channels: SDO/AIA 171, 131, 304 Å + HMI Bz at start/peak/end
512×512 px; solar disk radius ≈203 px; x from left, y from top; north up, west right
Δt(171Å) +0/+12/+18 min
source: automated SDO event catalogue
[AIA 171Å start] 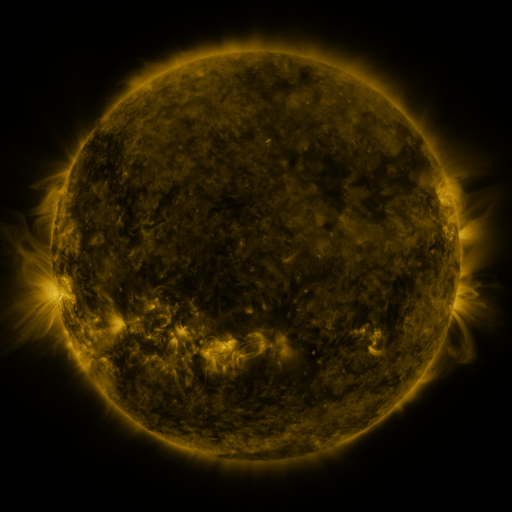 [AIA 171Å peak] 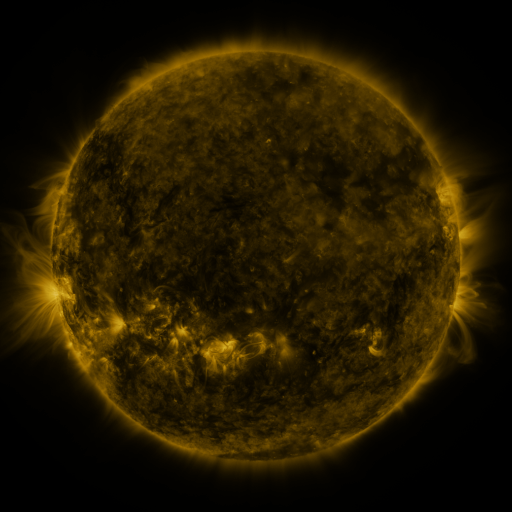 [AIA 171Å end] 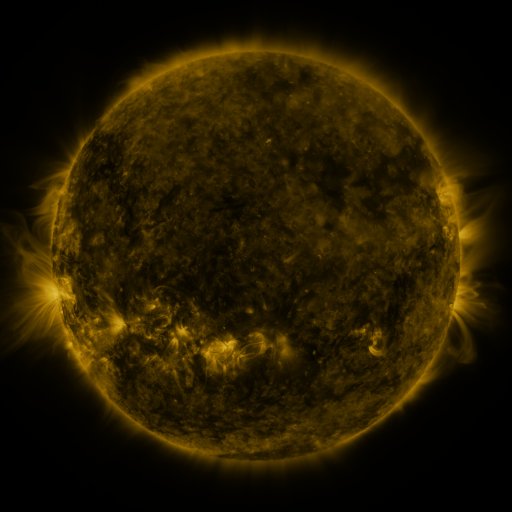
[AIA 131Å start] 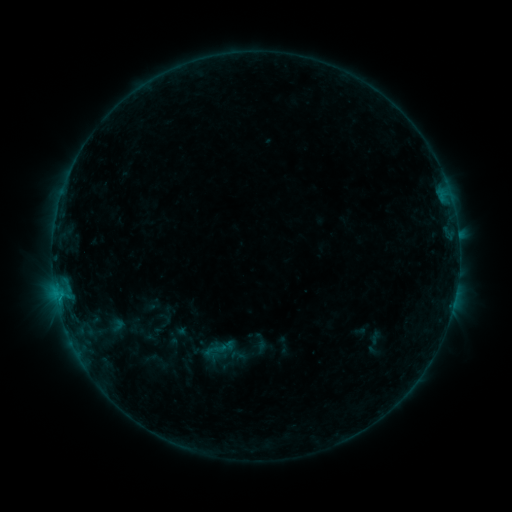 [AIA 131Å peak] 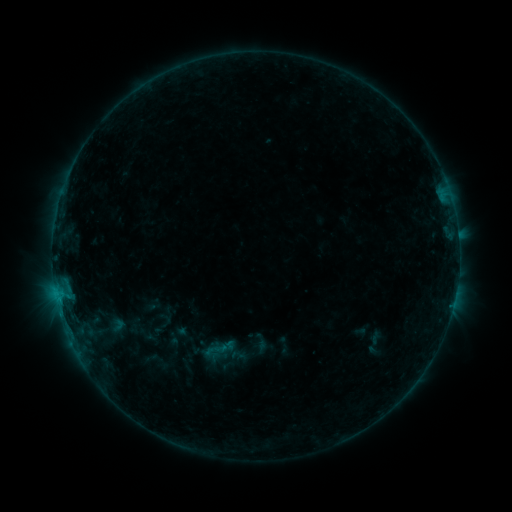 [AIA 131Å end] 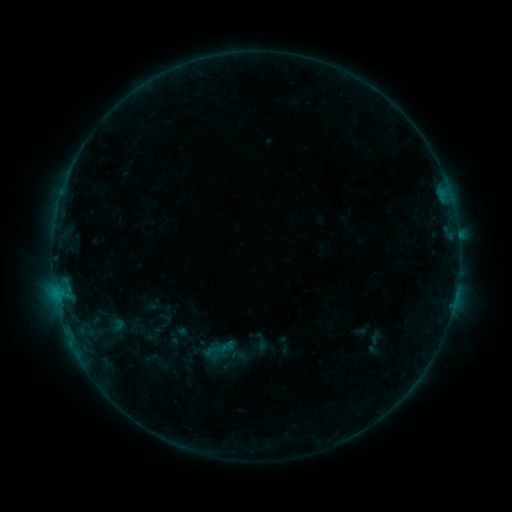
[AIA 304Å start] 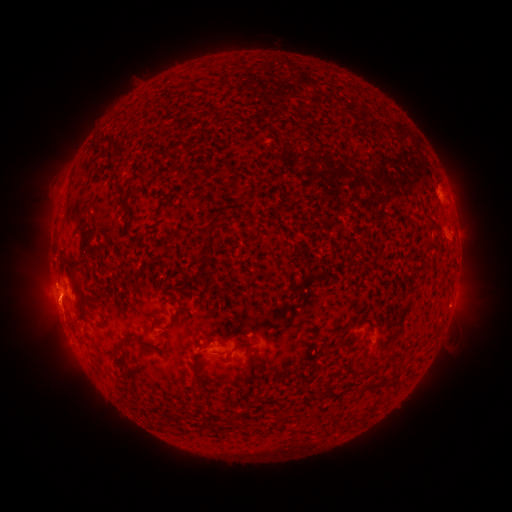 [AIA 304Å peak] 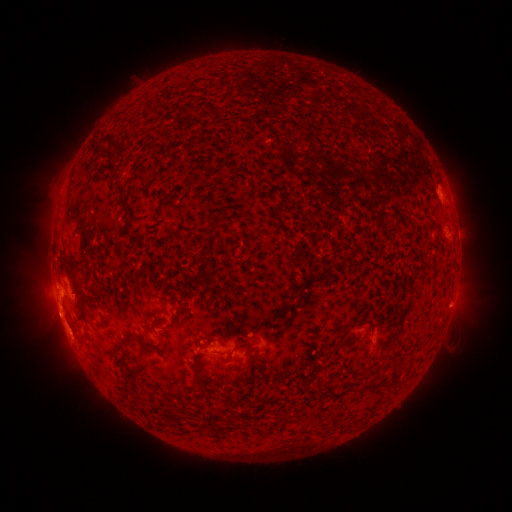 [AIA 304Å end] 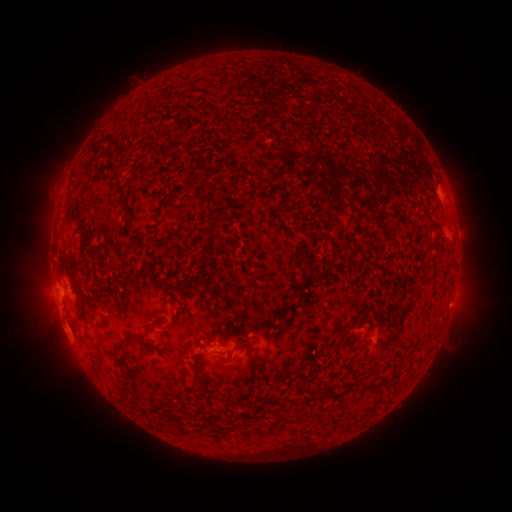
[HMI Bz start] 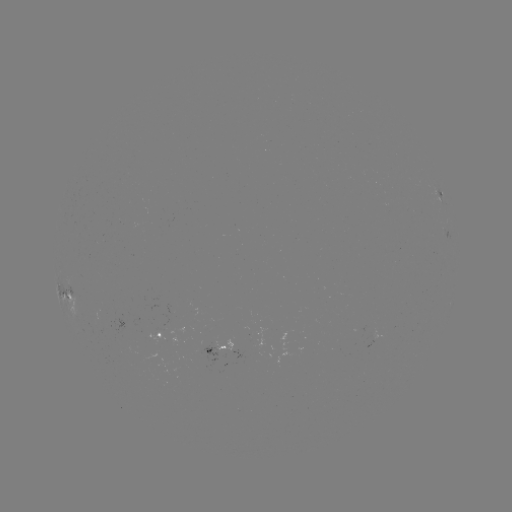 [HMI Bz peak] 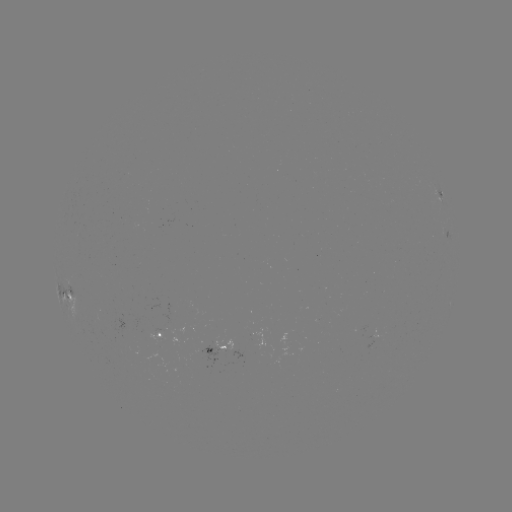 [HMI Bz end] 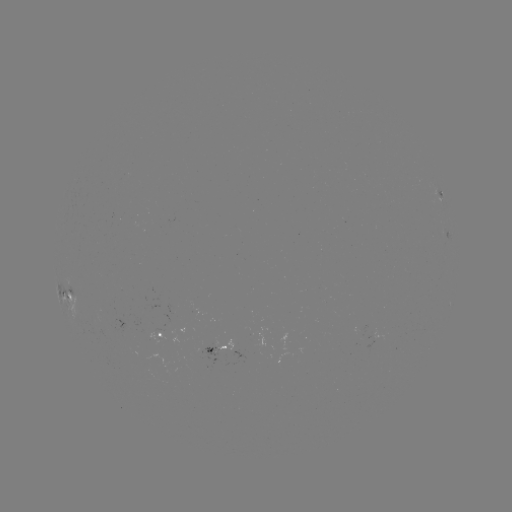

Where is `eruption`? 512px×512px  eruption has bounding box [30, 290, 88, 355].